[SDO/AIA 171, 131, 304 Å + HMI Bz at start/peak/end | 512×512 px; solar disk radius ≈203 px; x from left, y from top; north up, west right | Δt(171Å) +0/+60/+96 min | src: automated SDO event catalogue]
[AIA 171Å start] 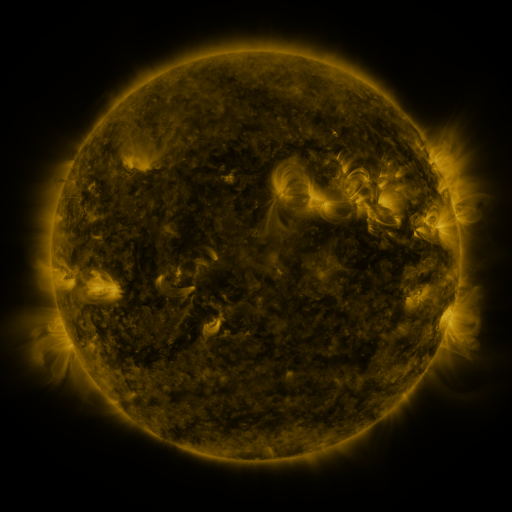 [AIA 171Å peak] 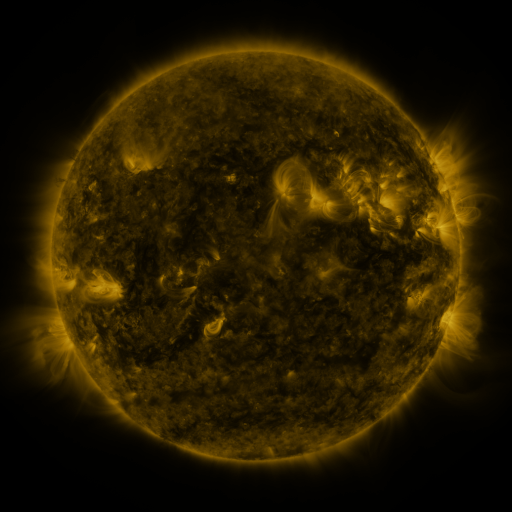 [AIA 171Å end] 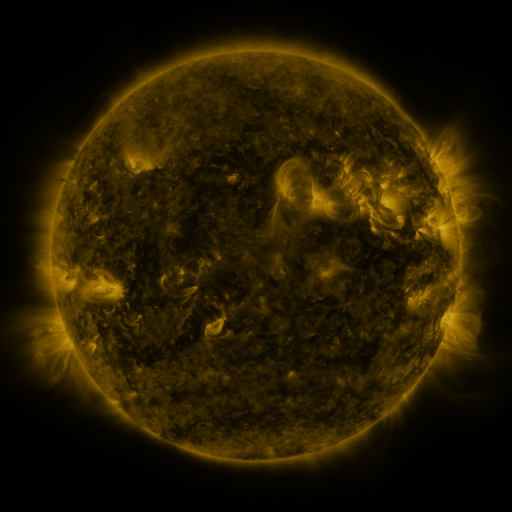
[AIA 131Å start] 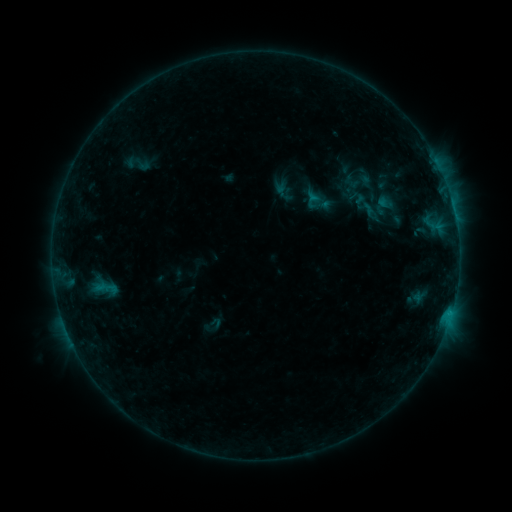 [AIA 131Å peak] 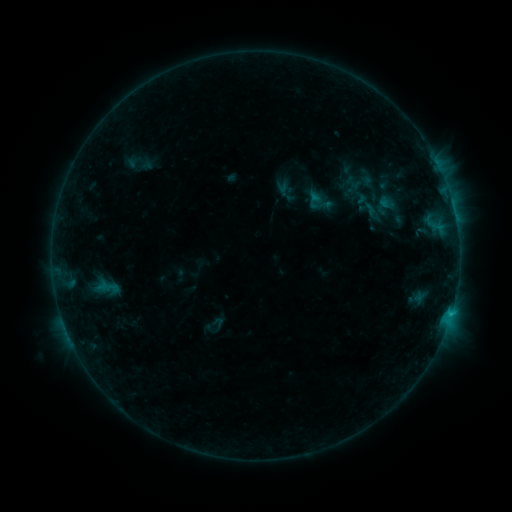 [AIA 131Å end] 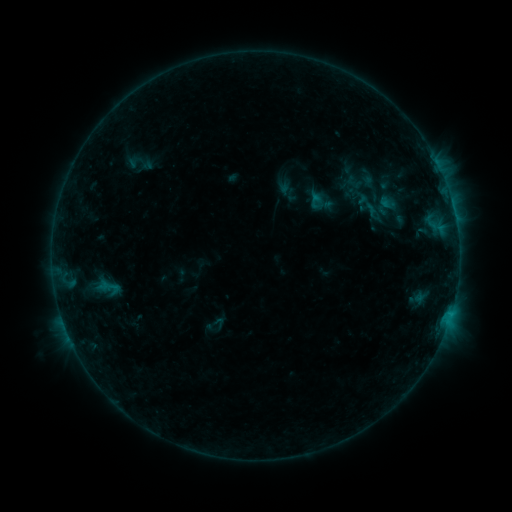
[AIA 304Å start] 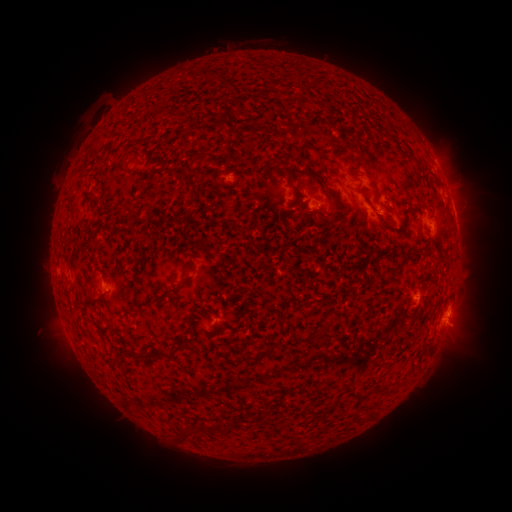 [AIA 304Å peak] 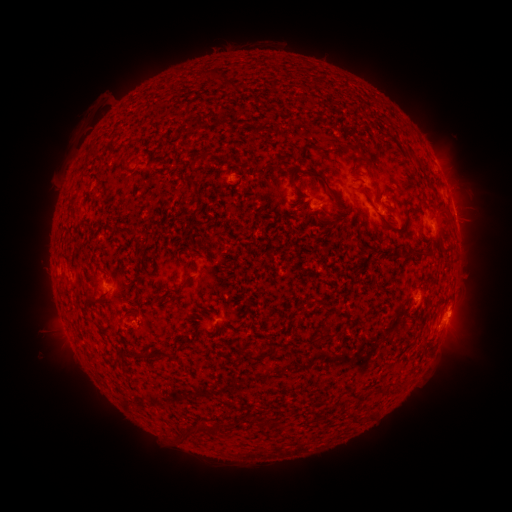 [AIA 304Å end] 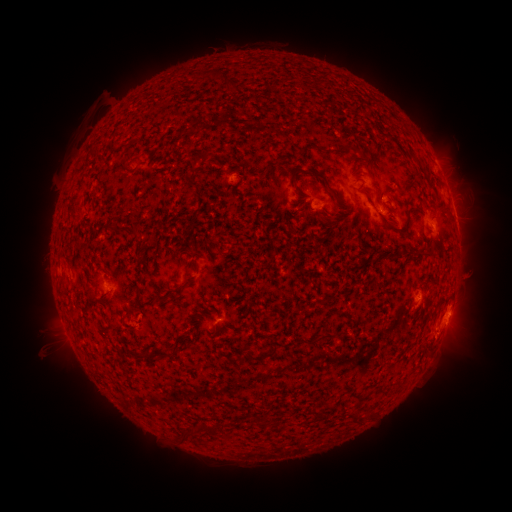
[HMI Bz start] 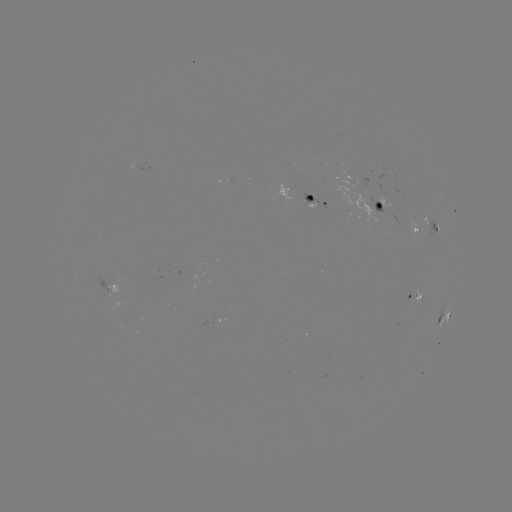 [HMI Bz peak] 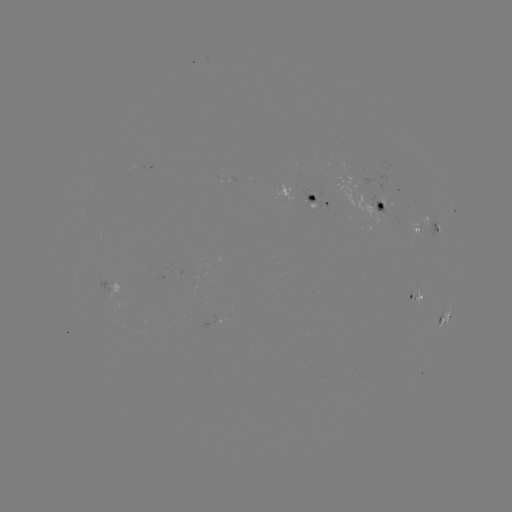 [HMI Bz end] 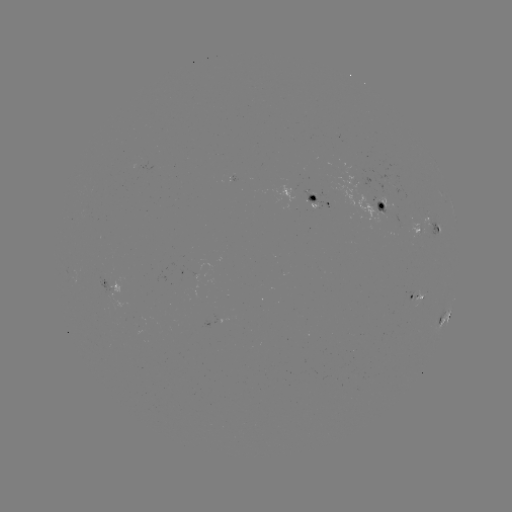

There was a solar emerging-flux region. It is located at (318, 194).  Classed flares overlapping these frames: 1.